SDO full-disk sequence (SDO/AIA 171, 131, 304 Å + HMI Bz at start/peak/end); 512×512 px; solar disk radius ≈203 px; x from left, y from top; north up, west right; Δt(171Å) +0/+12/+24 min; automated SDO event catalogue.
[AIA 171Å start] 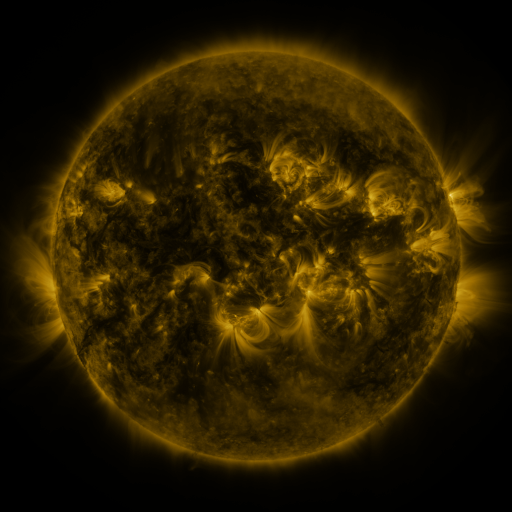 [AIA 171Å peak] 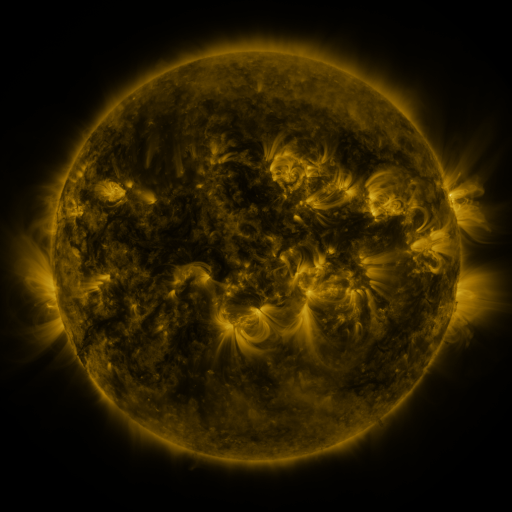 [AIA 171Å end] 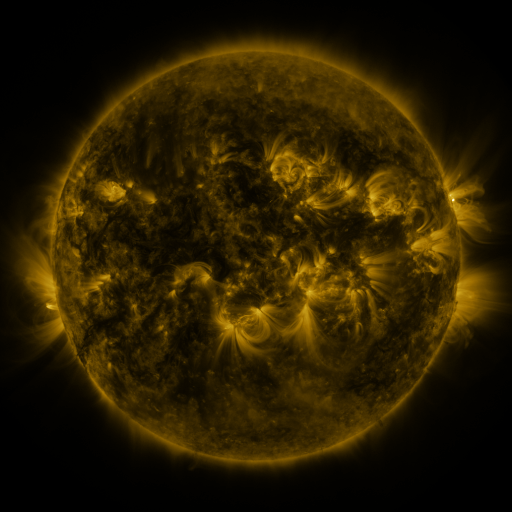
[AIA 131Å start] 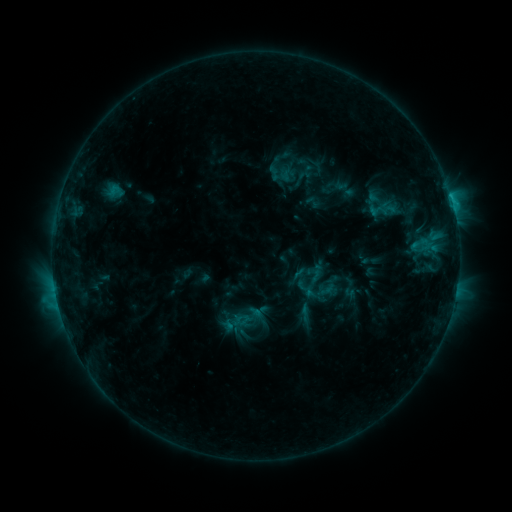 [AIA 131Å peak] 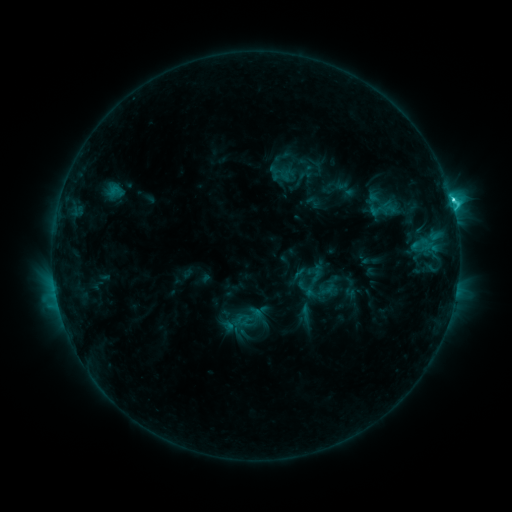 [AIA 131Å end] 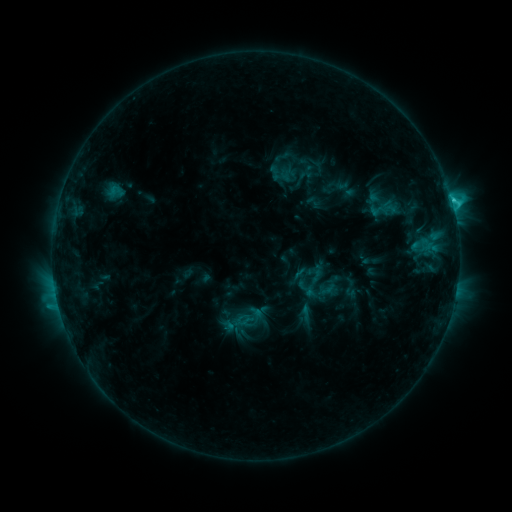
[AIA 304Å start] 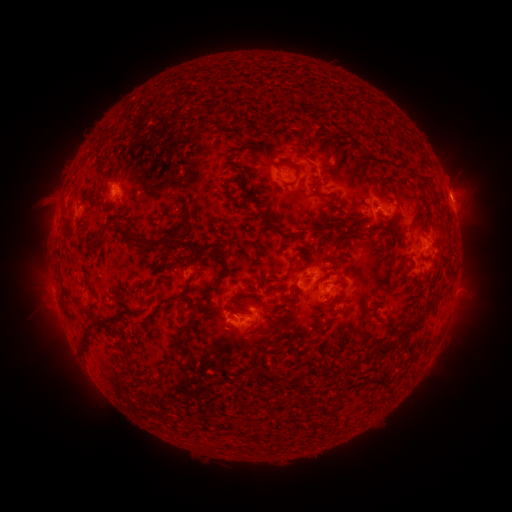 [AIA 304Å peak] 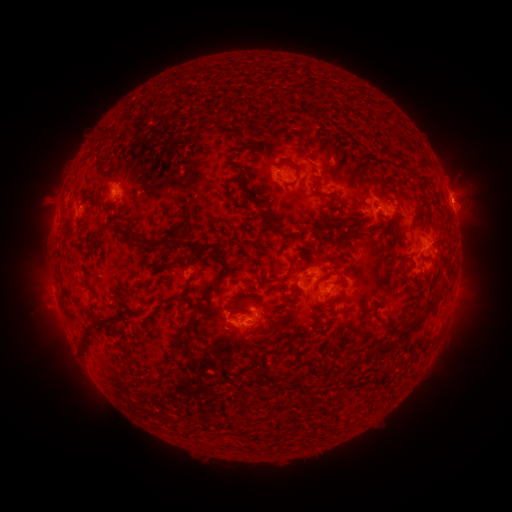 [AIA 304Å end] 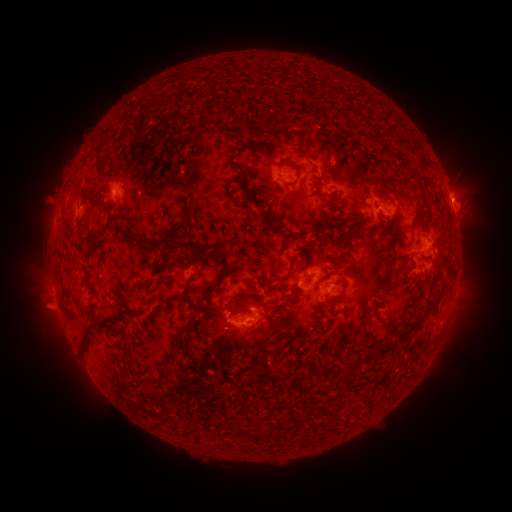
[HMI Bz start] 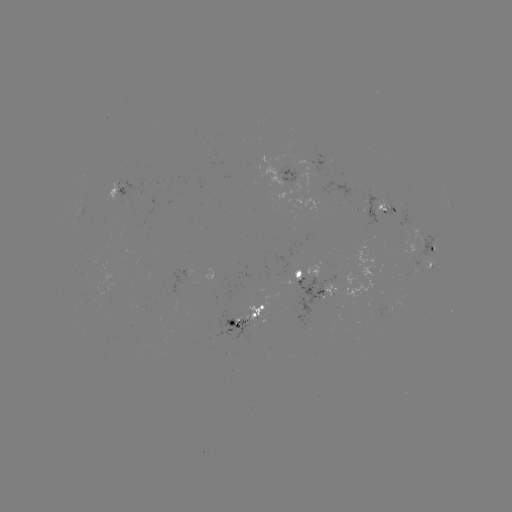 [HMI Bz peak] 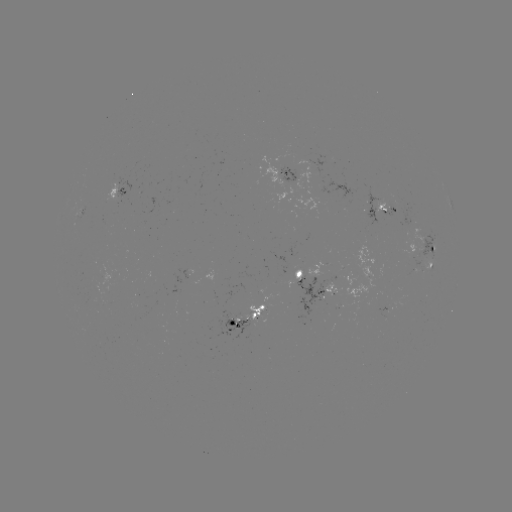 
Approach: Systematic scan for C3.5 flare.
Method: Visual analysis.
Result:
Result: C3.5 flare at (451, 202).